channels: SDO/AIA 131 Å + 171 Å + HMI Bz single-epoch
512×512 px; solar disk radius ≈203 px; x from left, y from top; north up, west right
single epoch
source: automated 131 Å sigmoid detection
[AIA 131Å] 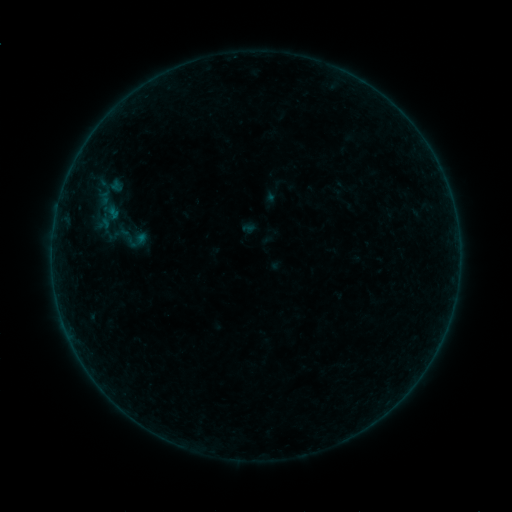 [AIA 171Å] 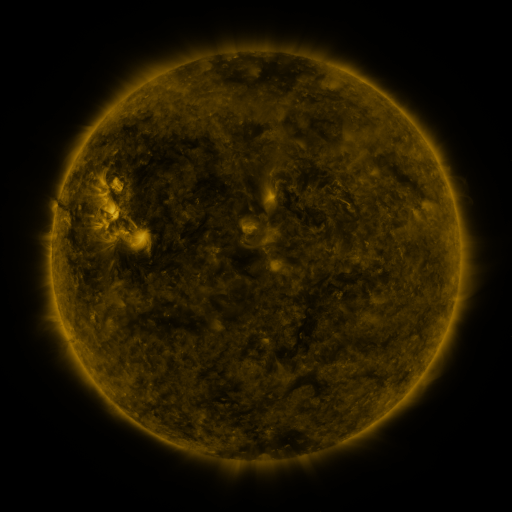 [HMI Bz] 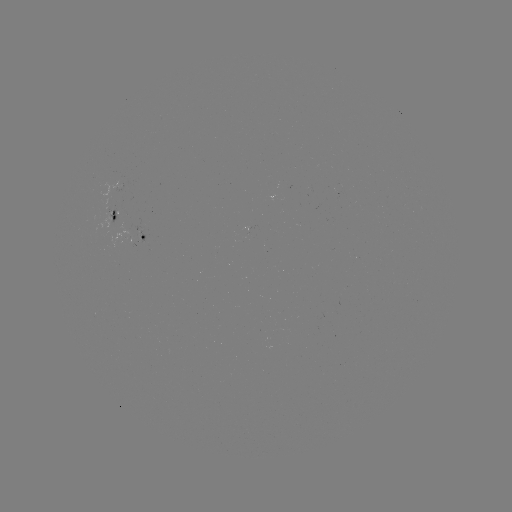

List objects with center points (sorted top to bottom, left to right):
sigmoid: [117, 223, 147, 253]
